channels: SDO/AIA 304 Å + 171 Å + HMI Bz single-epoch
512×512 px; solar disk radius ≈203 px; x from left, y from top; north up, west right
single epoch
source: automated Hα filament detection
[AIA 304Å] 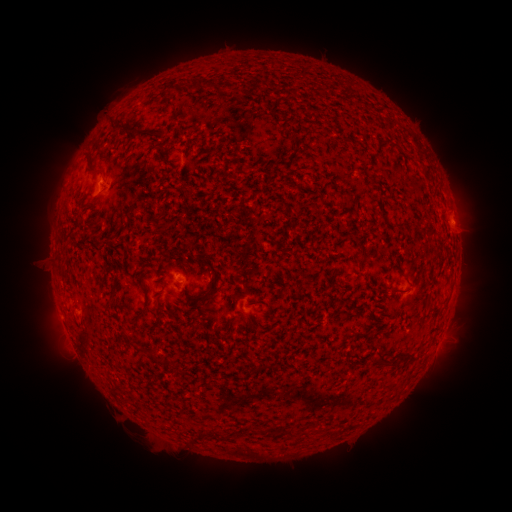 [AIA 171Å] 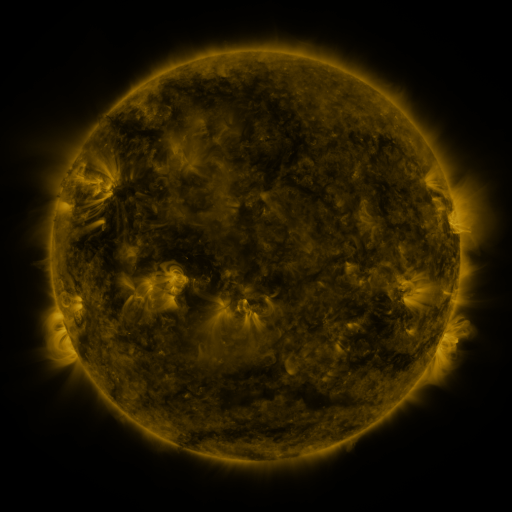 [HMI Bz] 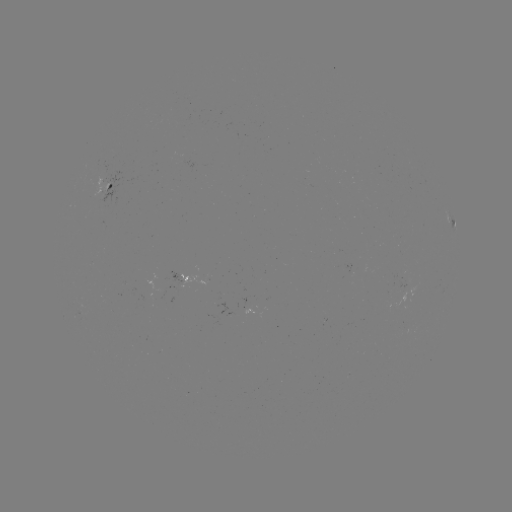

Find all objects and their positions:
filament: (209, 86)
filament: (191, 87)
filament: (128, 133)
filament: (94, 176)
filament: (215, 283)
filament: (397, 287)
filament: (411, 352)
filament: (383, 359)
filament: (157, 360)
filament: (265, 367)
filament: (279, 432)
filament: (292, 432)
filament: (337, 433)
filament: (222, 435)
